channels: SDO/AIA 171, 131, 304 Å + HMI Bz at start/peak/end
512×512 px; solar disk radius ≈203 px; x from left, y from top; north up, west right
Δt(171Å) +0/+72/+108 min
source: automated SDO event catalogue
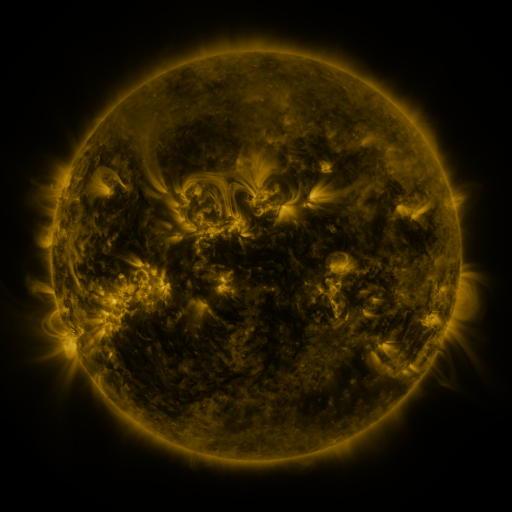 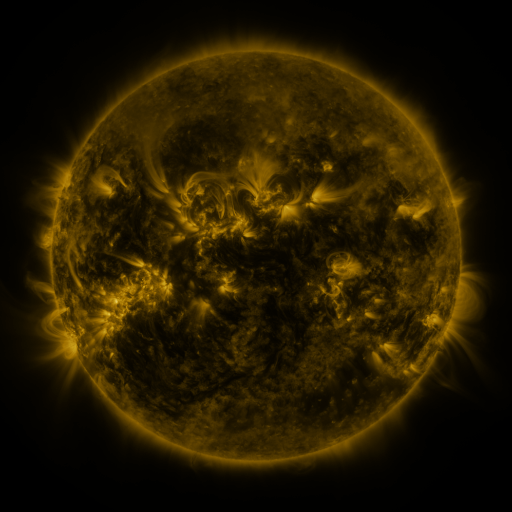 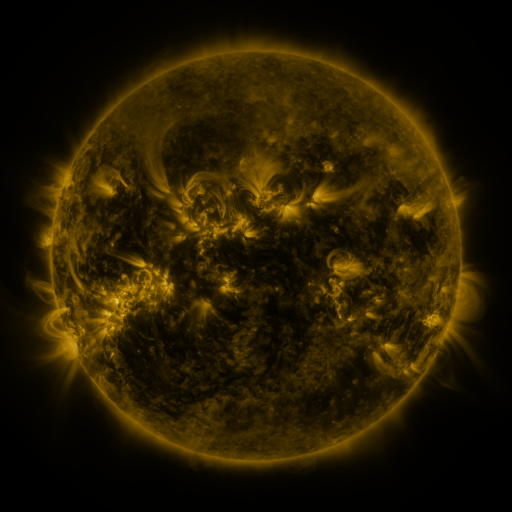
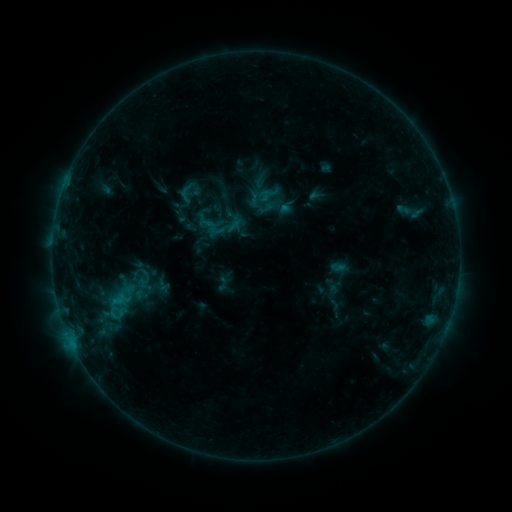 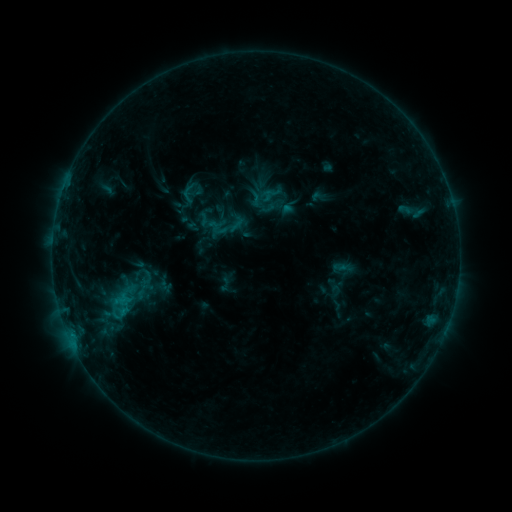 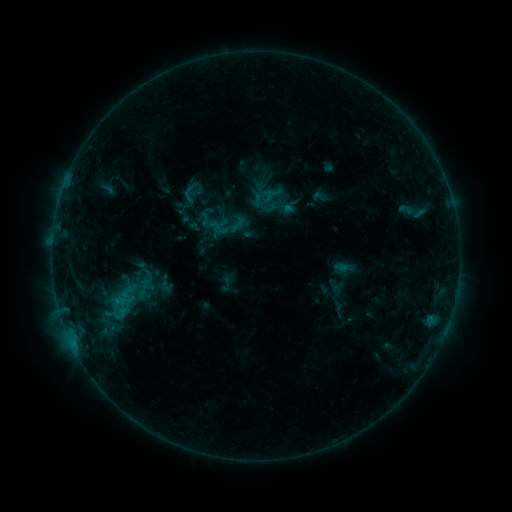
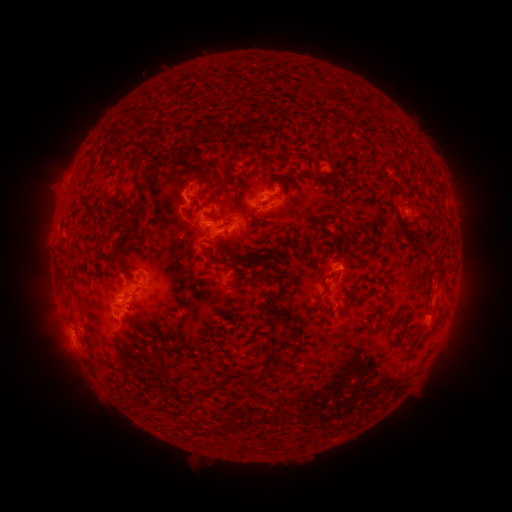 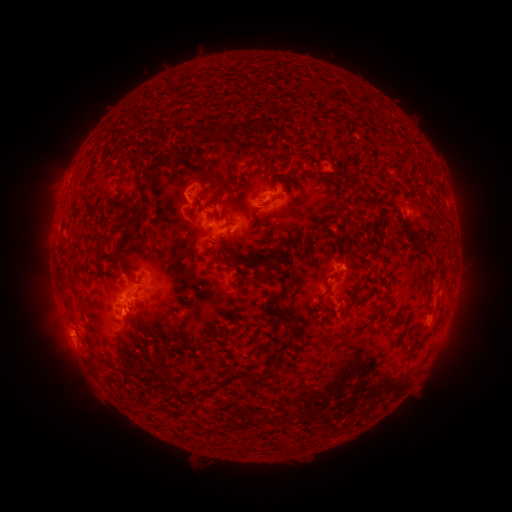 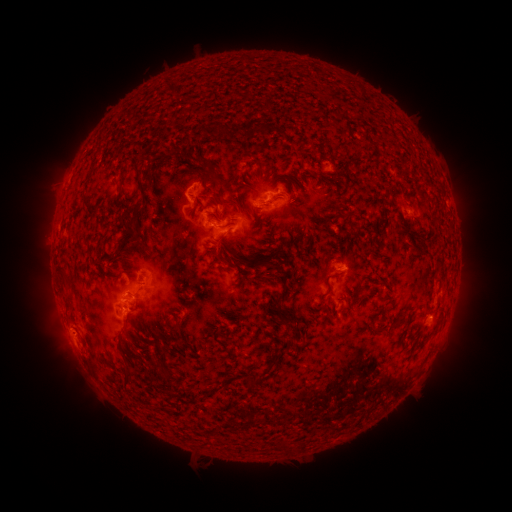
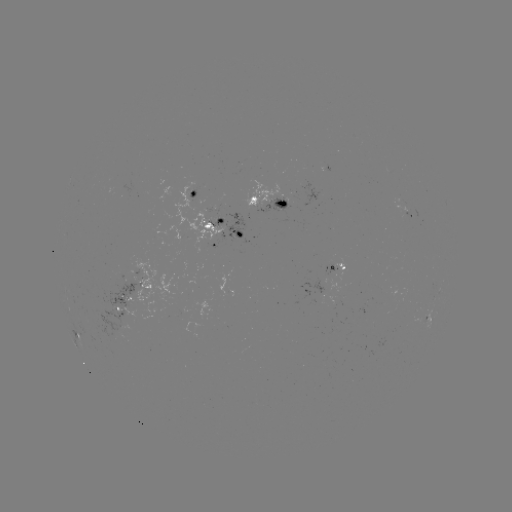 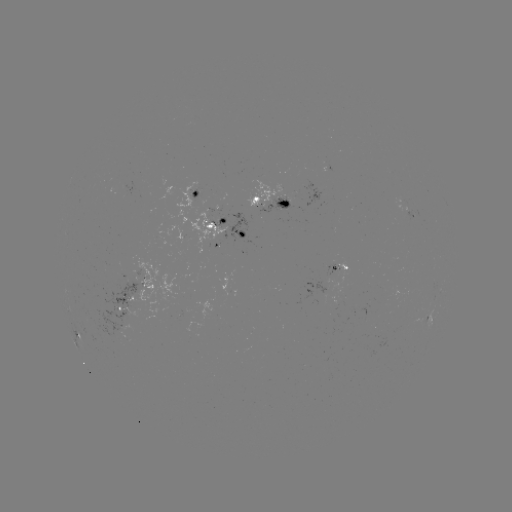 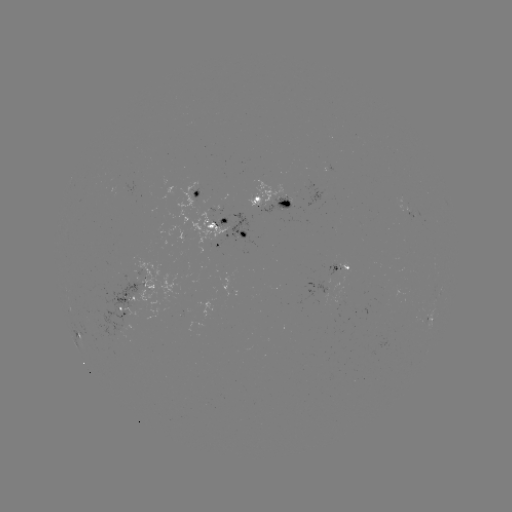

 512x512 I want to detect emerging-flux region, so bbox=[85, 284, 149, 336].